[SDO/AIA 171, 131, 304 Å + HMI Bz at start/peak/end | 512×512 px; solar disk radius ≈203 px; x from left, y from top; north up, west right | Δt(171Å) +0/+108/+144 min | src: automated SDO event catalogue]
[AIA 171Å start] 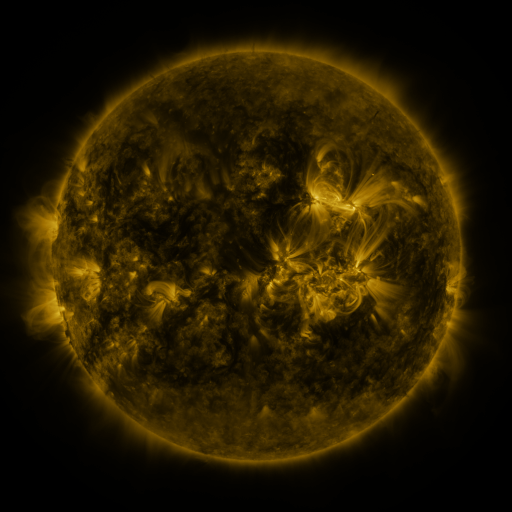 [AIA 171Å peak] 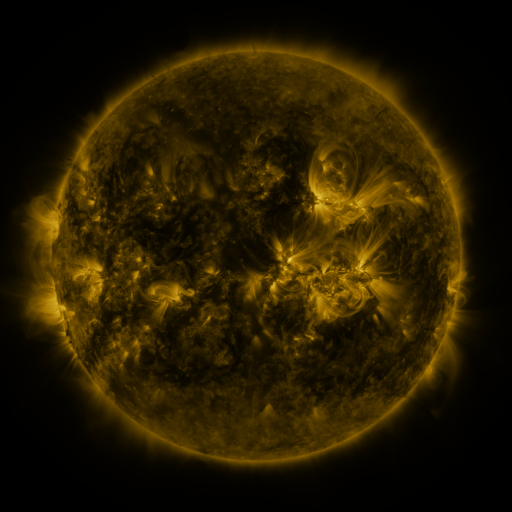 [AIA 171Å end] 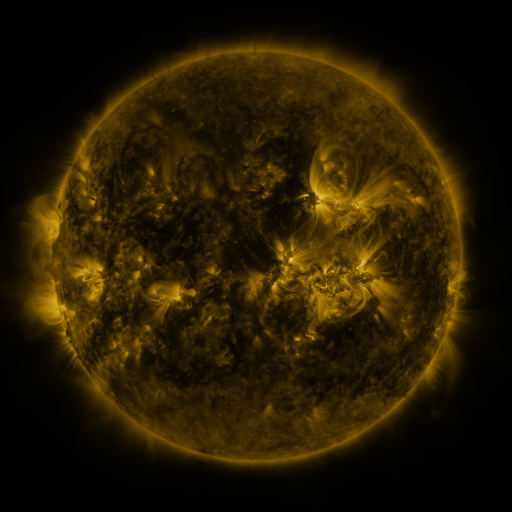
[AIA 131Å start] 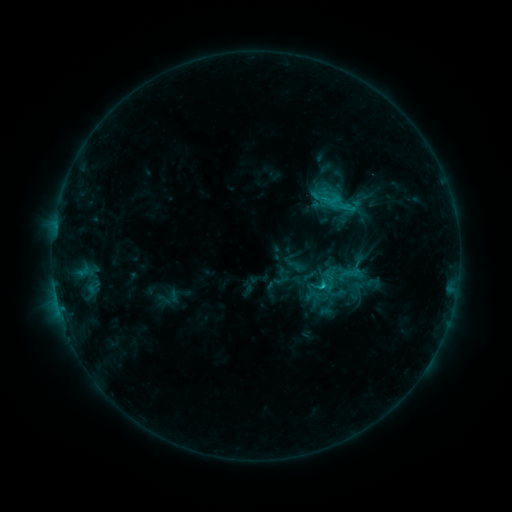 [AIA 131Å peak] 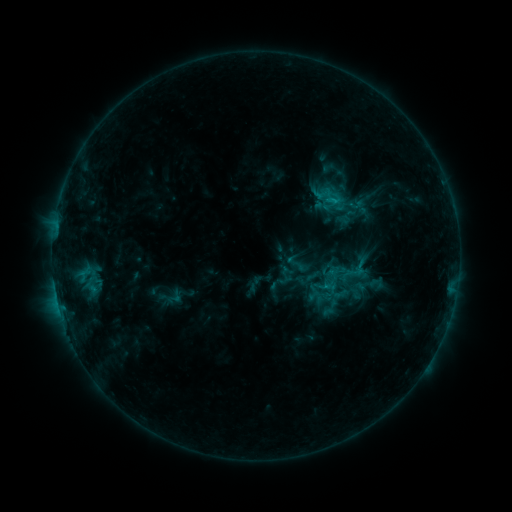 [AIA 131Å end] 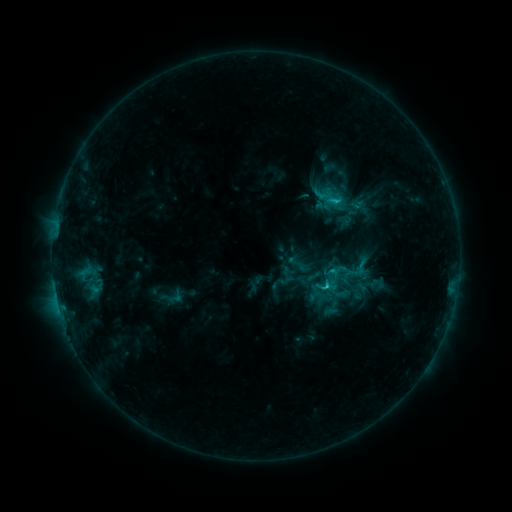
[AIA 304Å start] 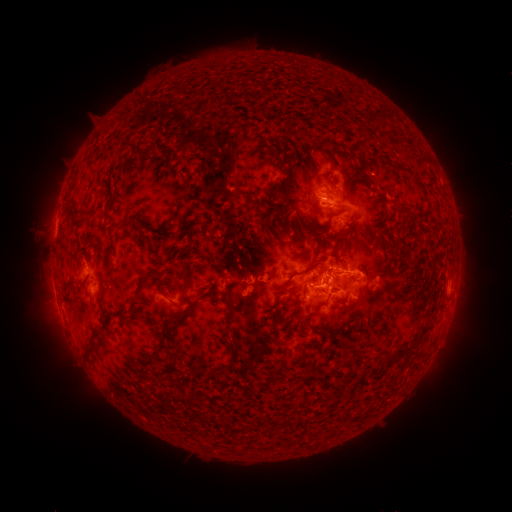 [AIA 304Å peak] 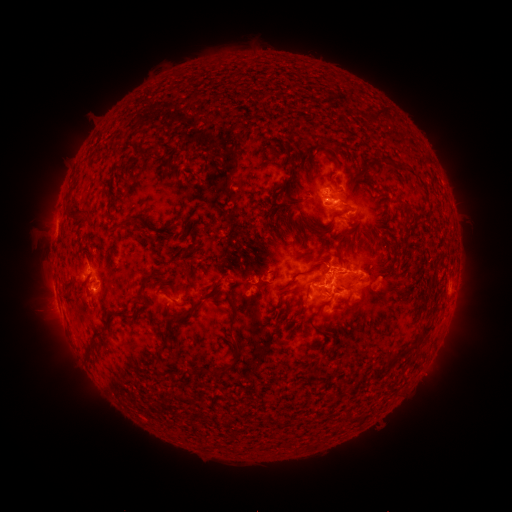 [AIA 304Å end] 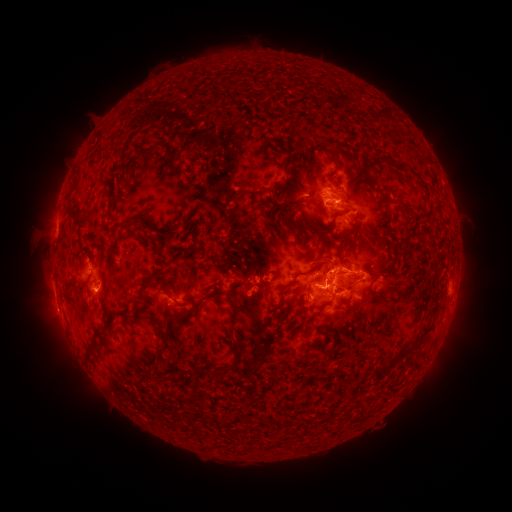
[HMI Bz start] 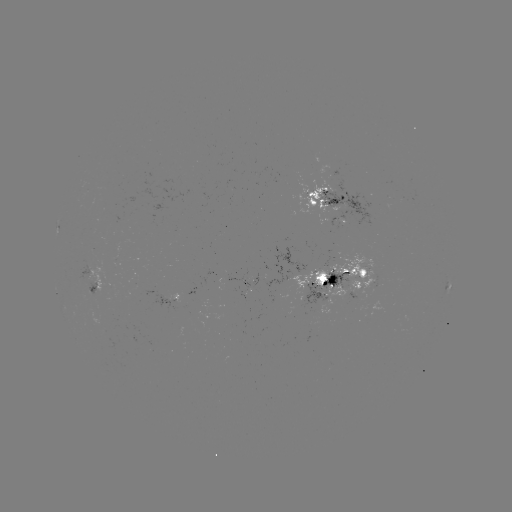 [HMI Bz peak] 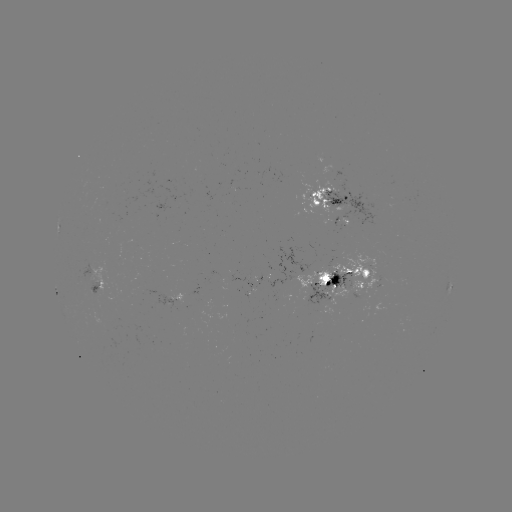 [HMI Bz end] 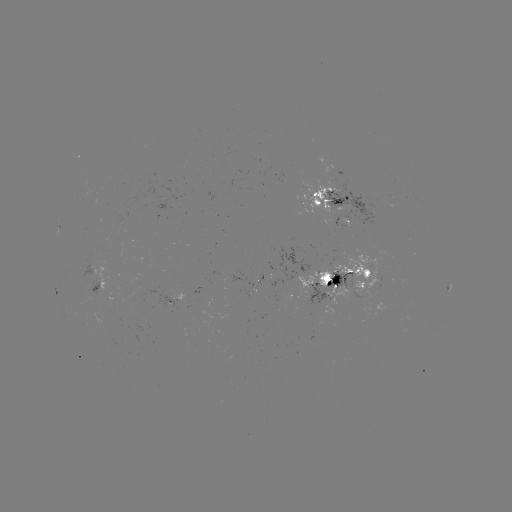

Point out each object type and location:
emerging-flux region: (167, 303)
